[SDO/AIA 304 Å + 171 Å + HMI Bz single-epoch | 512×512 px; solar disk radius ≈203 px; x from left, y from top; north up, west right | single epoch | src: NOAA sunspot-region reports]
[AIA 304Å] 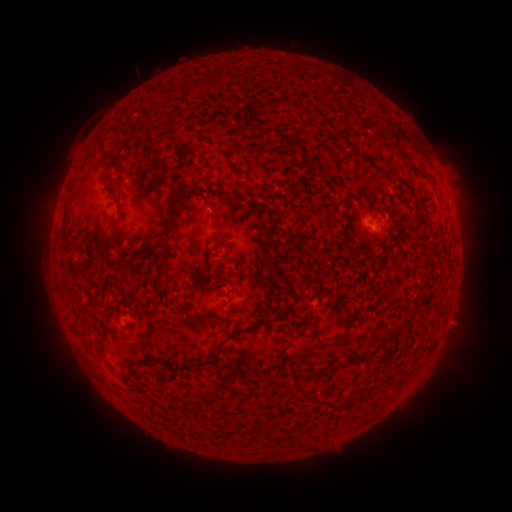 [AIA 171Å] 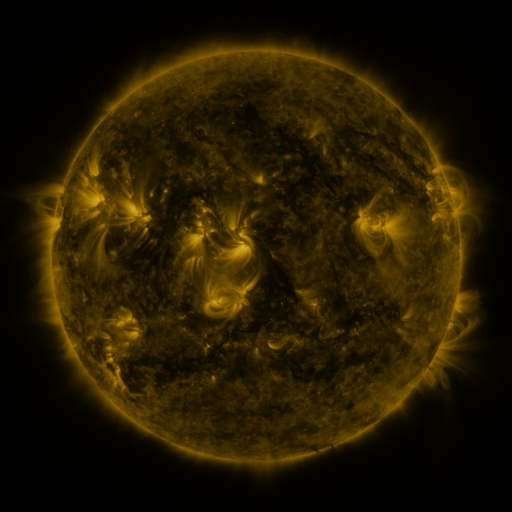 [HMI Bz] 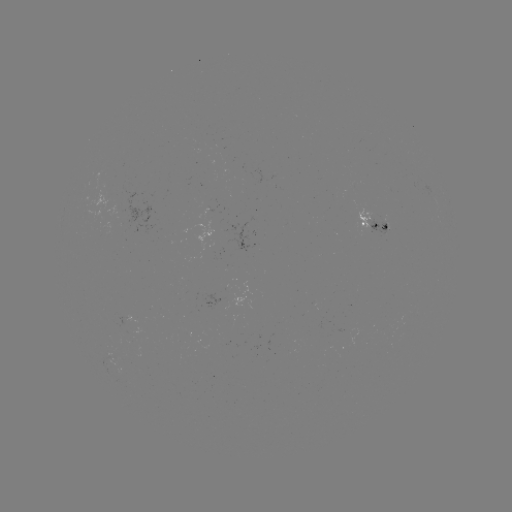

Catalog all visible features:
spotted active region: (374, 228)
spotted active region: (125, 316)
